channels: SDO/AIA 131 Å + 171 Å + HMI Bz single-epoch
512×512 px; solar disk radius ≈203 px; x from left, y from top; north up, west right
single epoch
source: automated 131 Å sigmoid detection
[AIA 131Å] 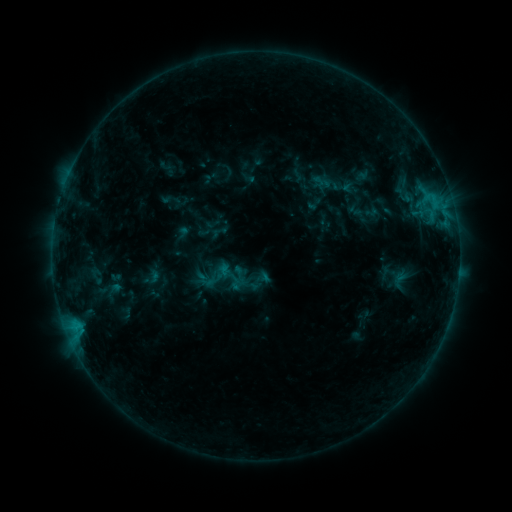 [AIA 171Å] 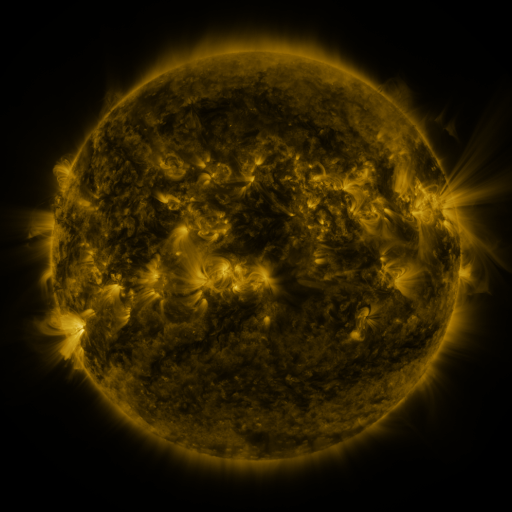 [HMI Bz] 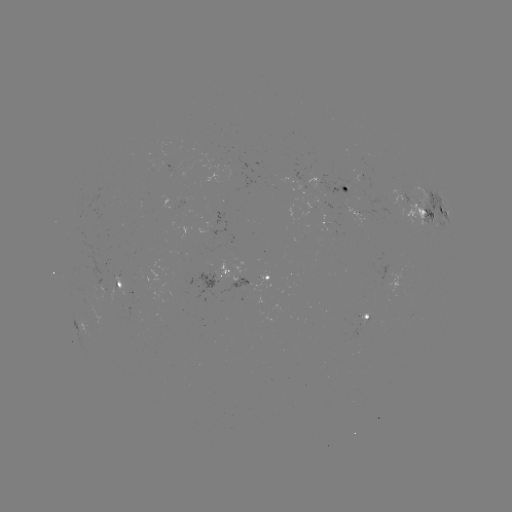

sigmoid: (300, 170, 349, 211)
